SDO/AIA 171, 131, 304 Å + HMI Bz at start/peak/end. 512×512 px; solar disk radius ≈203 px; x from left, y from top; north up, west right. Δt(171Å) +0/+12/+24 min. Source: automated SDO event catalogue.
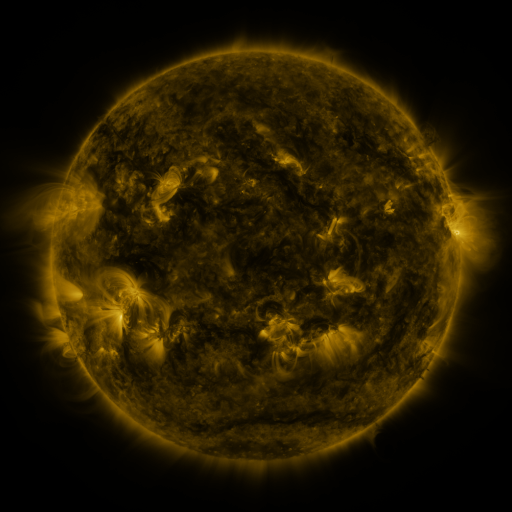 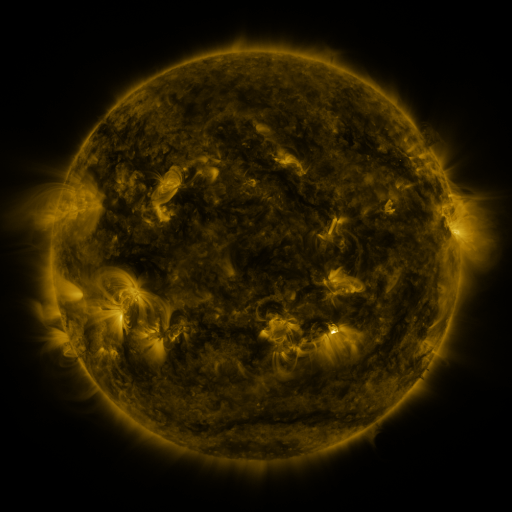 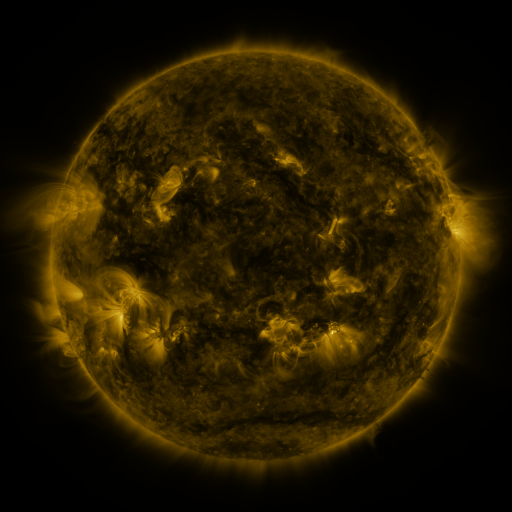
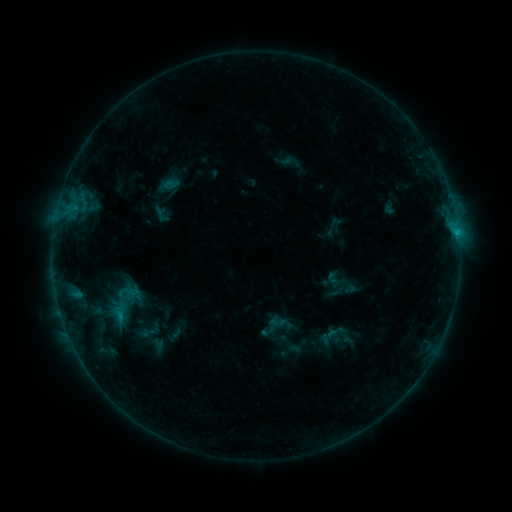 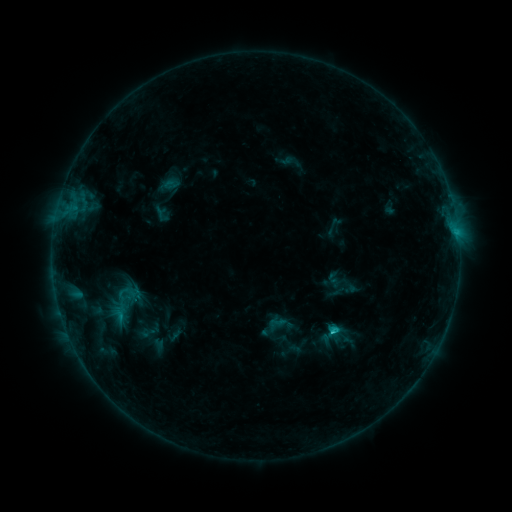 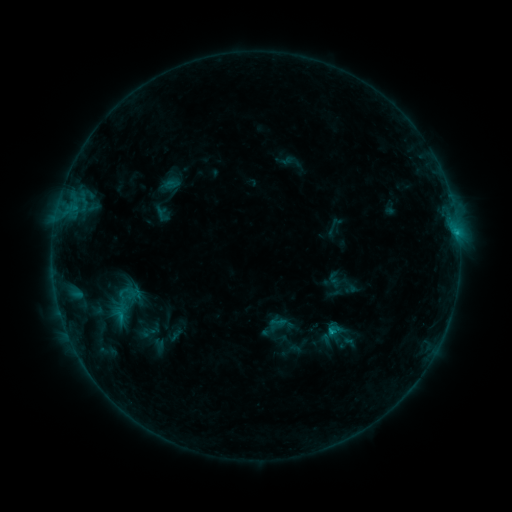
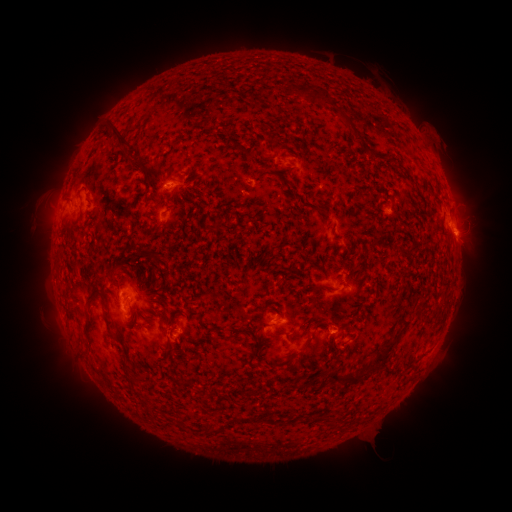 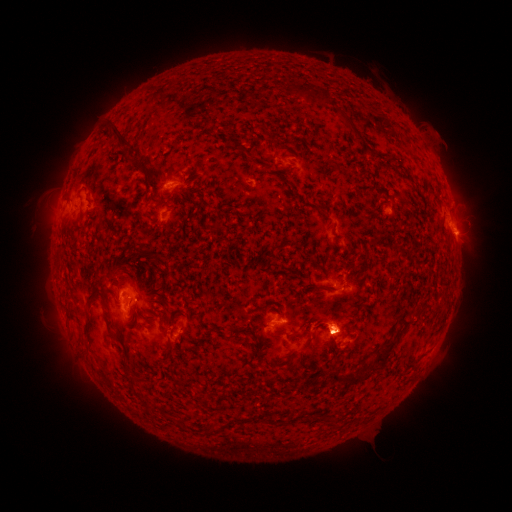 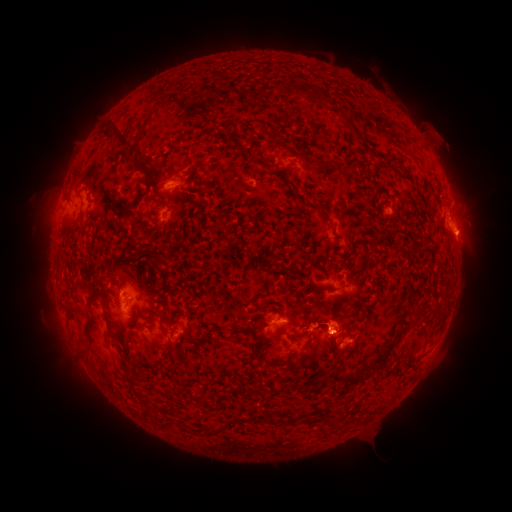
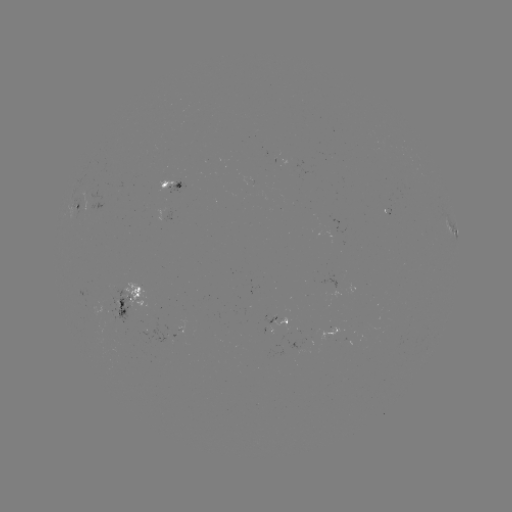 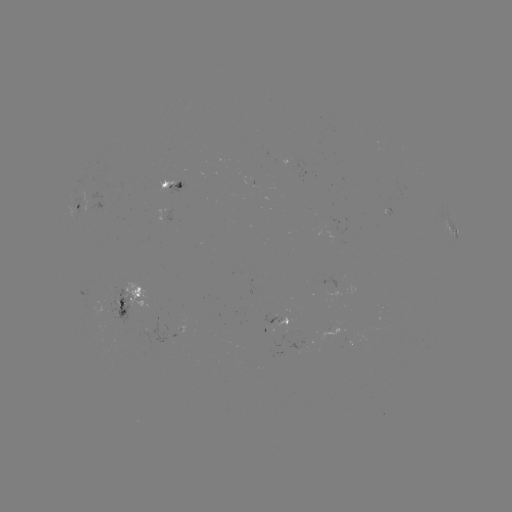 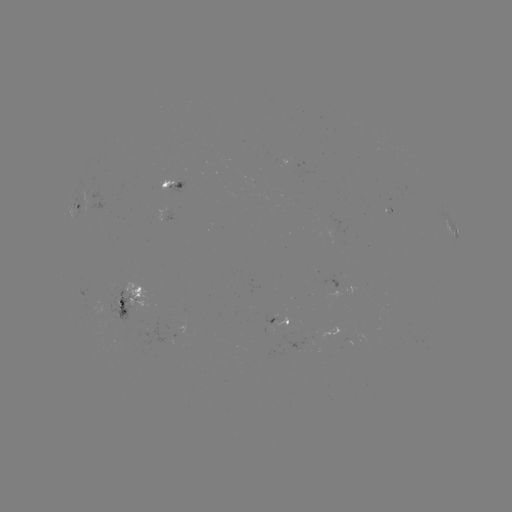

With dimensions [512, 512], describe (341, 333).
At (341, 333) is eruption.